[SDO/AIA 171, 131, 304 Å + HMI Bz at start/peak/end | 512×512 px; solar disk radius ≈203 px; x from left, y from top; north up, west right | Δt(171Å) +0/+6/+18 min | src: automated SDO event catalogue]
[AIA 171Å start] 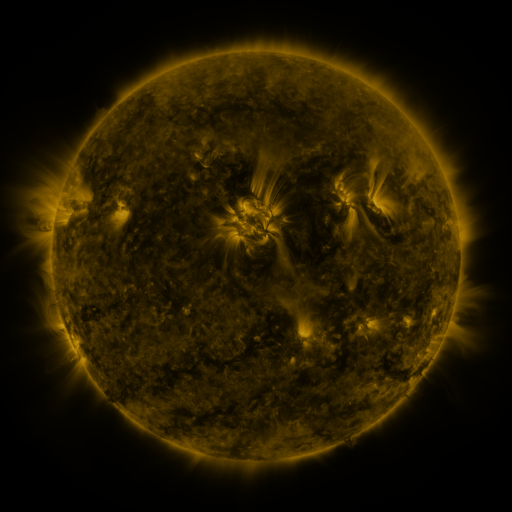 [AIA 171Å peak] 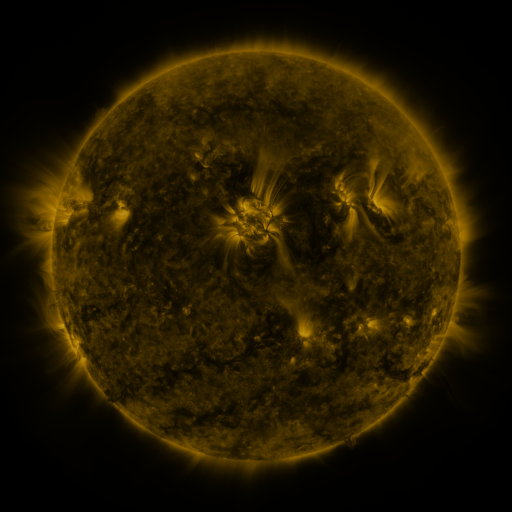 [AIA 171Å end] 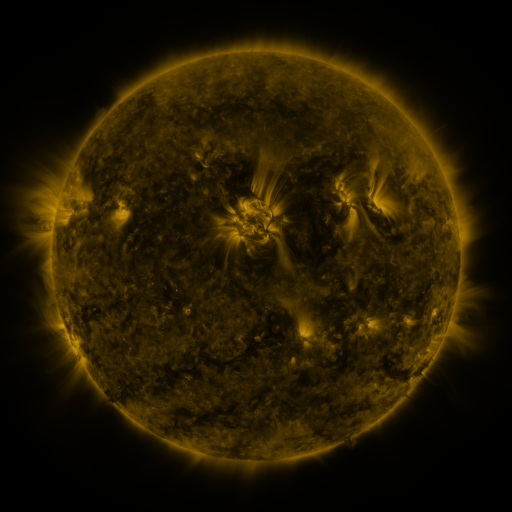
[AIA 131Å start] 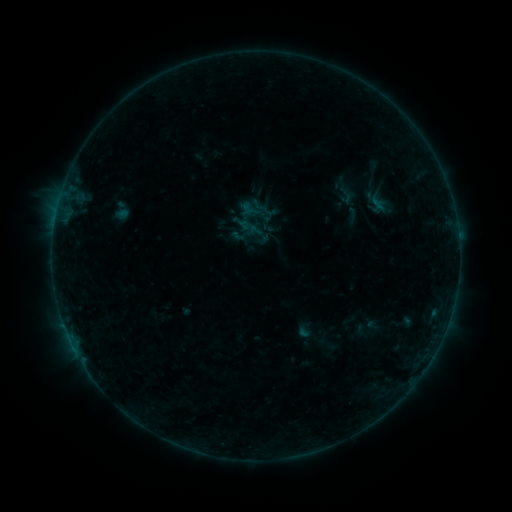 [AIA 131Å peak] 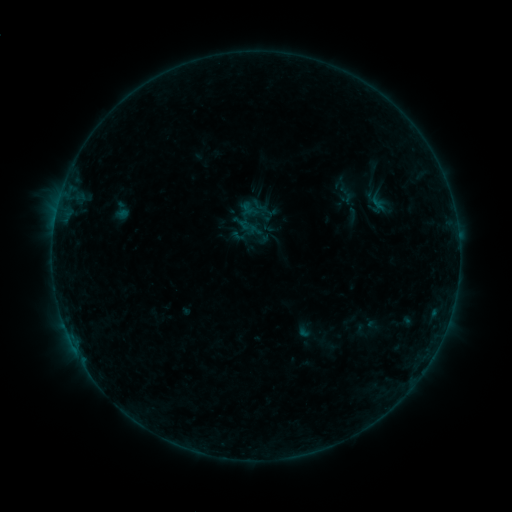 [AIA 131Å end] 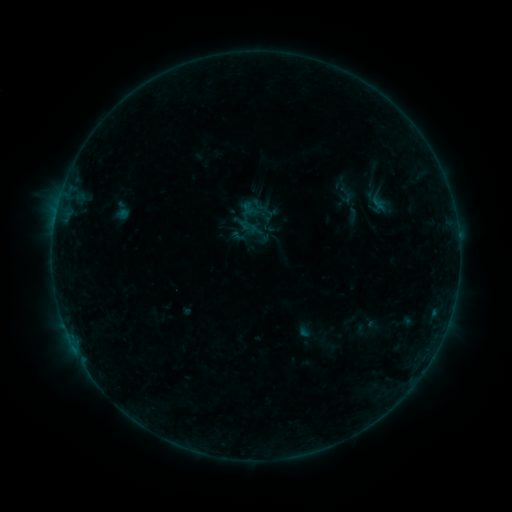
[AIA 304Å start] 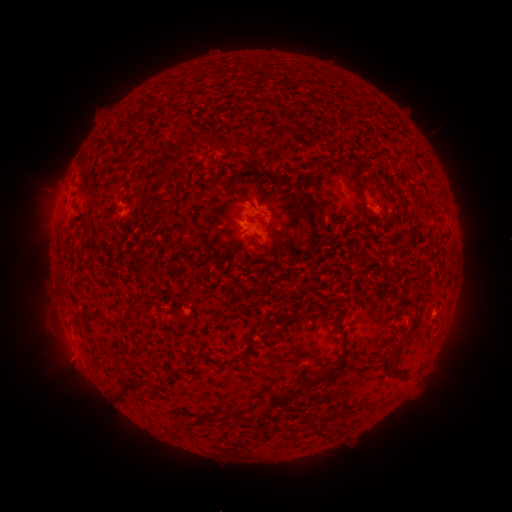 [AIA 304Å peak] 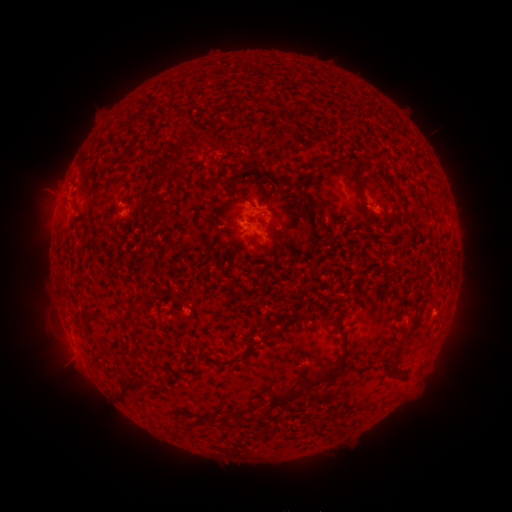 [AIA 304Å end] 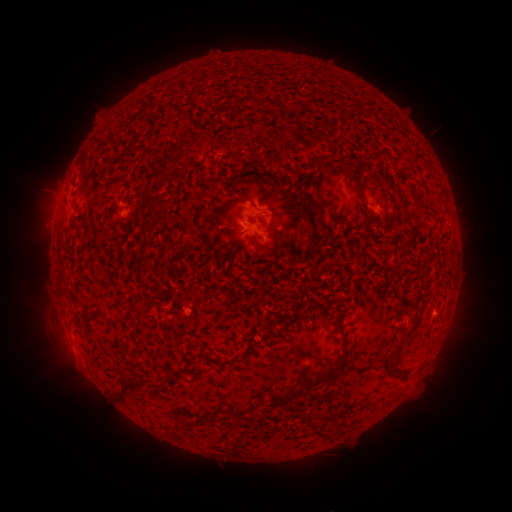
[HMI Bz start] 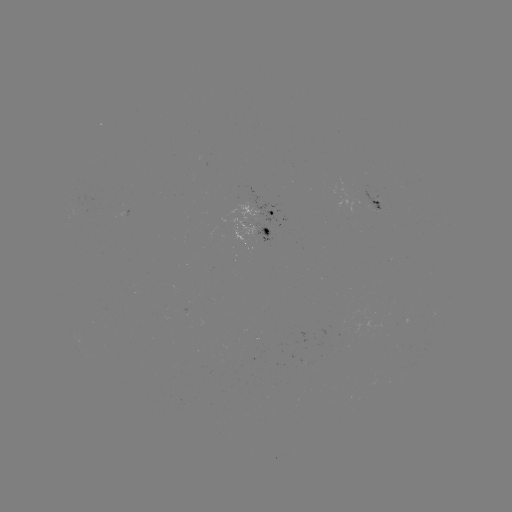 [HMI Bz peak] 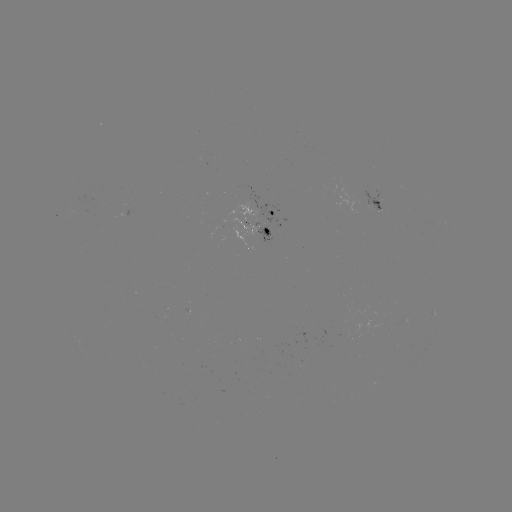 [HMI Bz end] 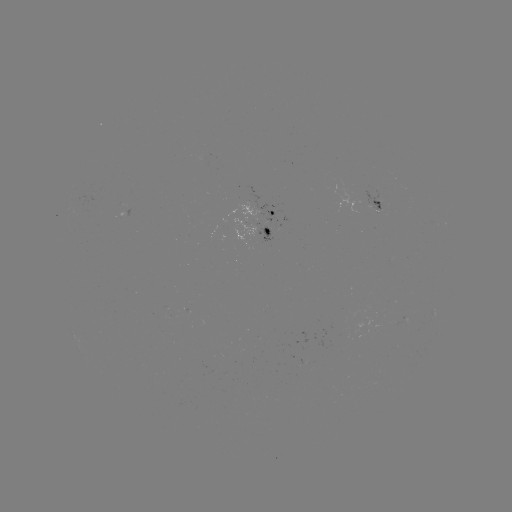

nothing was catalogued: no classed flare, no EUV trigger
